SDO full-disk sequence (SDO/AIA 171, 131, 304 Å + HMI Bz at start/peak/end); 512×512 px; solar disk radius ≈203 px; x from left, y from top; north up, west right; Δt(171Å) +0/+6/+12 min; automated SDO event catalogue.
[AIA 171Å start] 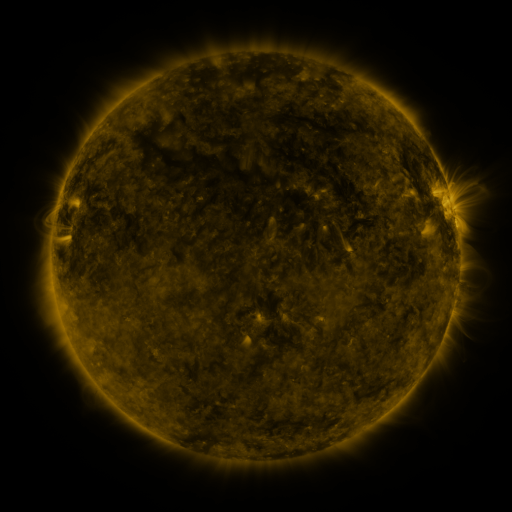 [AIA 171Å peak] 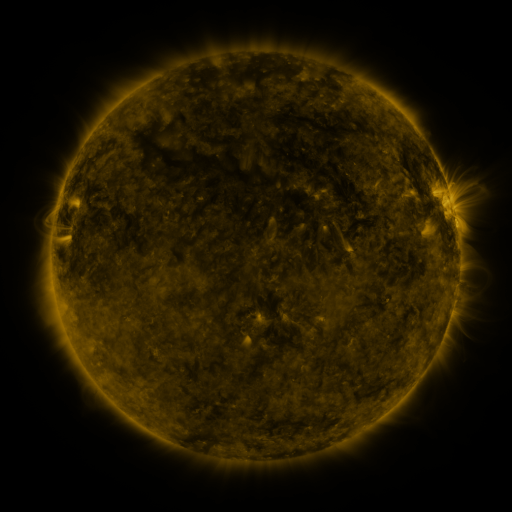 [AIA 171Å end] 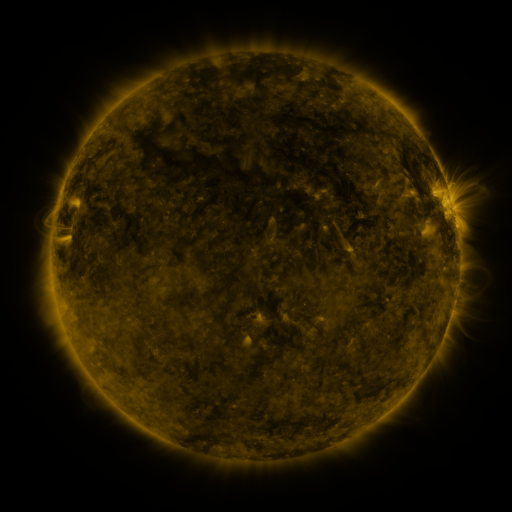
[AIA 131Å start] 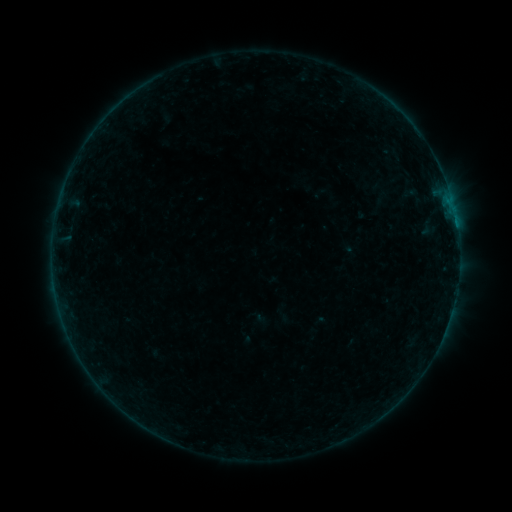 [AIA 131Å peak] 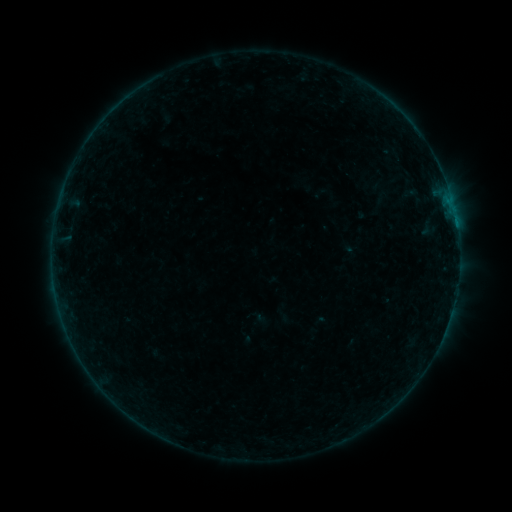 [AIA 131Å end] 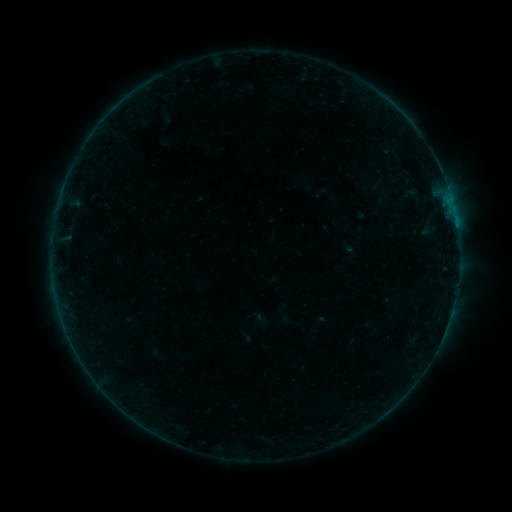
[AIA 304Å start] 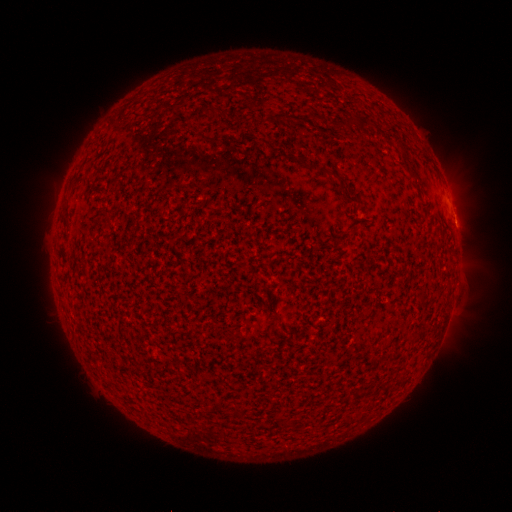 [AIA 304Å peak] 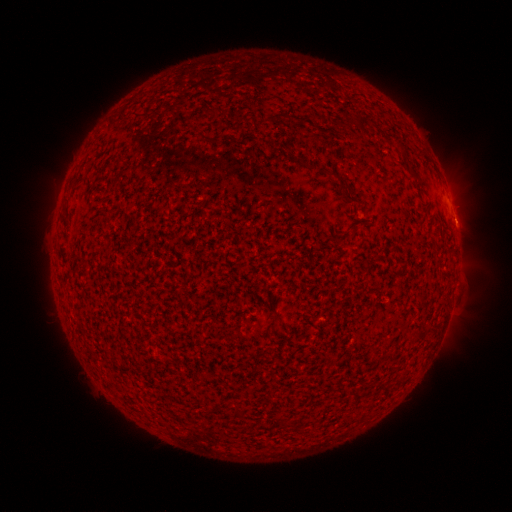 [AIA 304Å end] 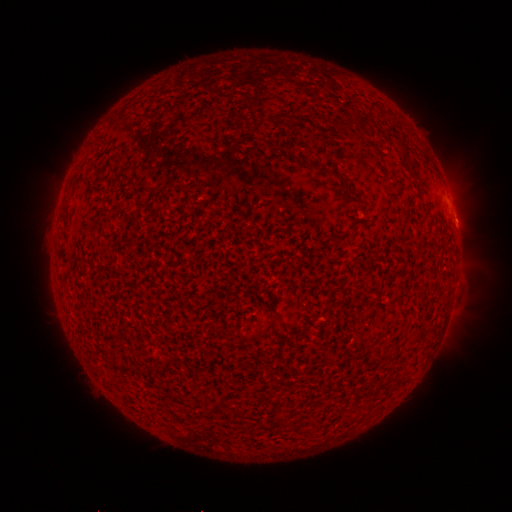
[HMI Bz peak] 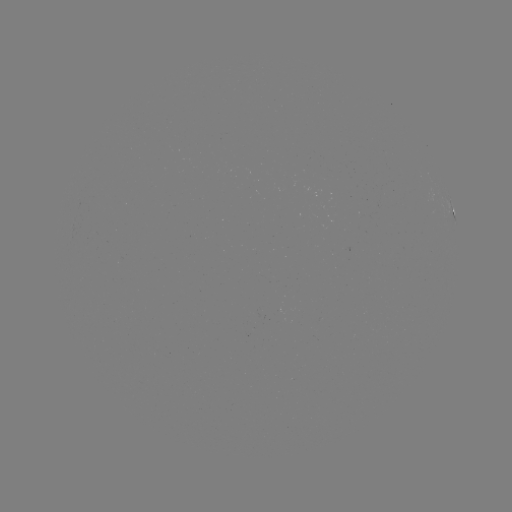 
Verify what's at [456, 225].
B1.1 flare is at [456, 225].